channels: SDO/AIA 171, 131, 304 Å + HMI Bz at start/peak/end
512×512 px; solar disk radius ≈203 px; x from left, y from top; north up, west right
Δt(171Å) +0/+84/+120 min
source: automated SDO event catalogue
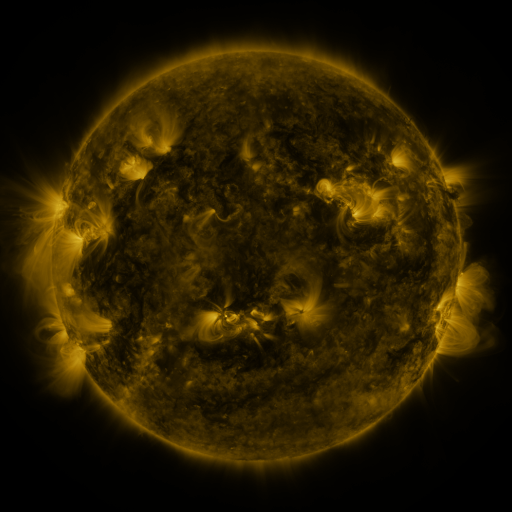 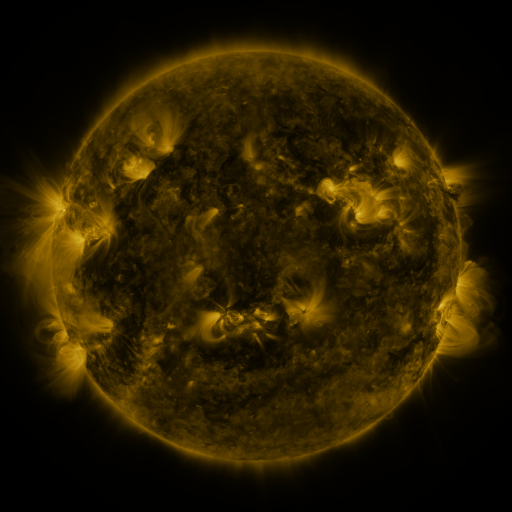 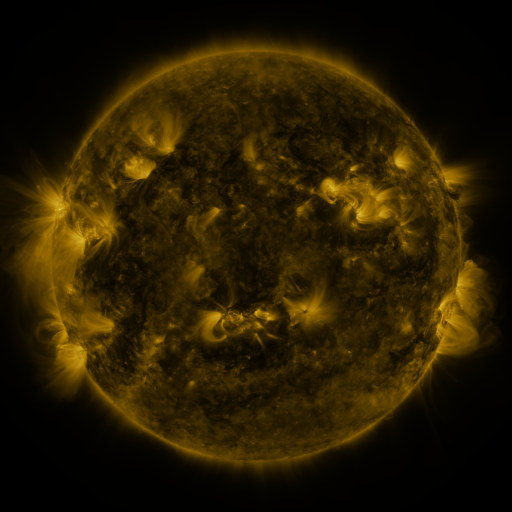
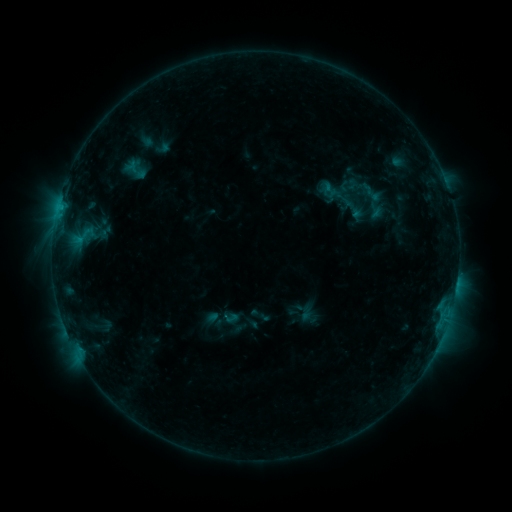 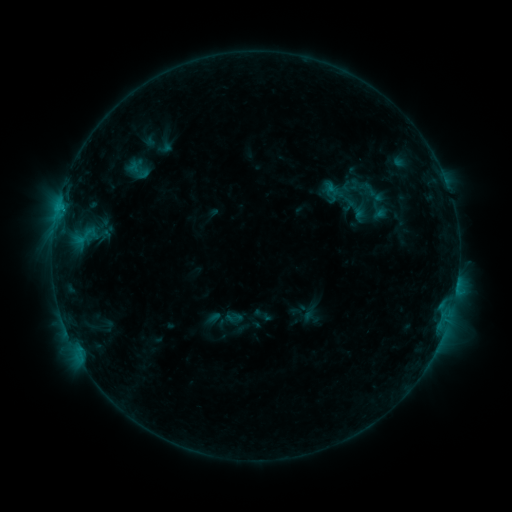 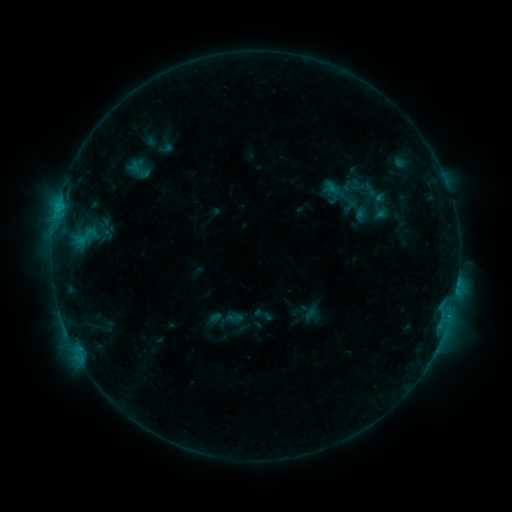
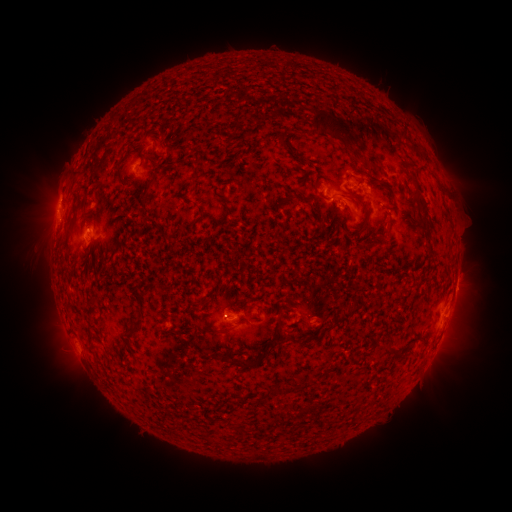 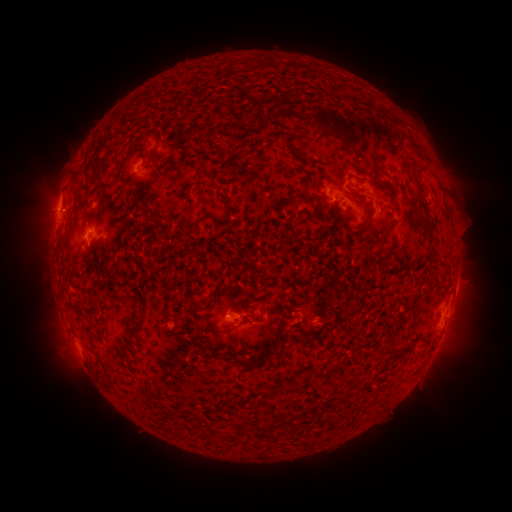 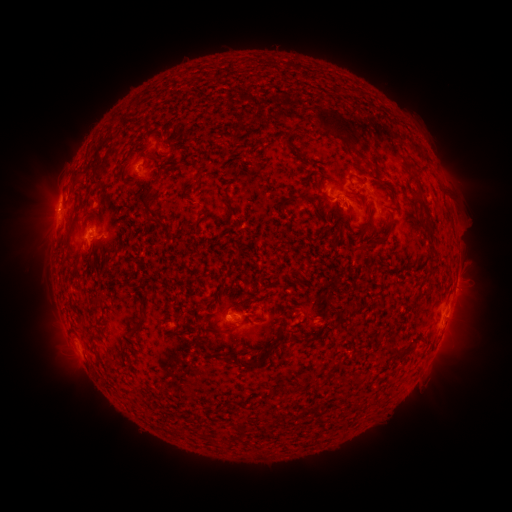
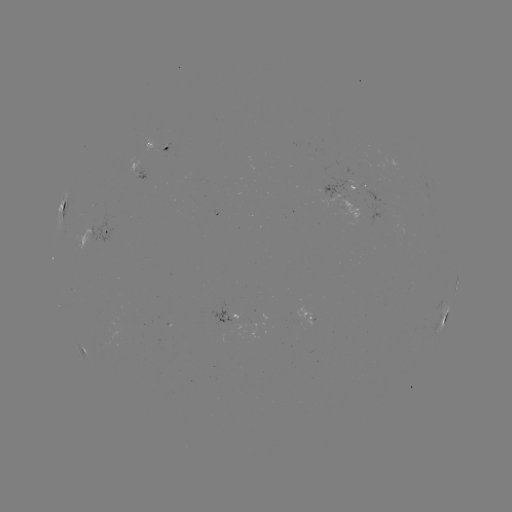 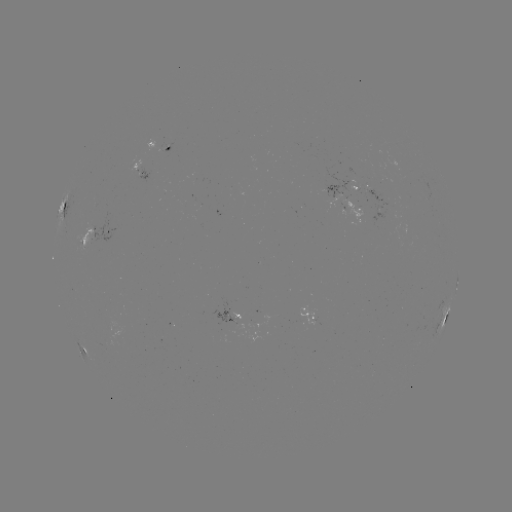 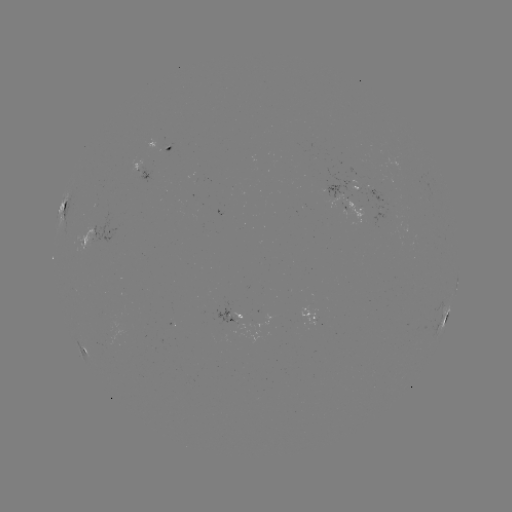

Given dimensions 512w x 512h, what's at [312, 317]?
emerging-flux region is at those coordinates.